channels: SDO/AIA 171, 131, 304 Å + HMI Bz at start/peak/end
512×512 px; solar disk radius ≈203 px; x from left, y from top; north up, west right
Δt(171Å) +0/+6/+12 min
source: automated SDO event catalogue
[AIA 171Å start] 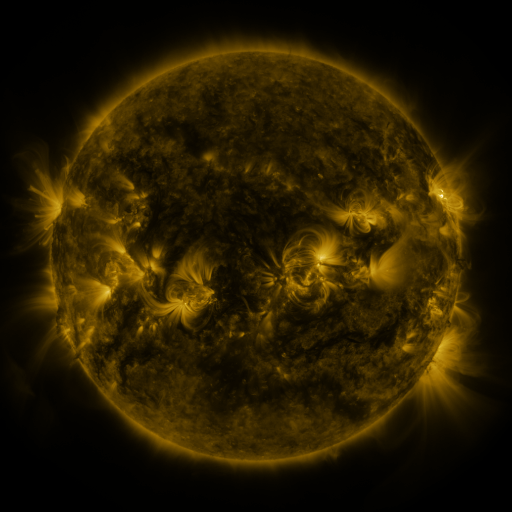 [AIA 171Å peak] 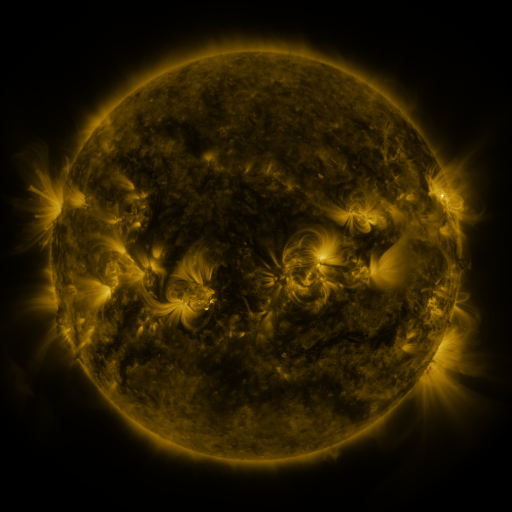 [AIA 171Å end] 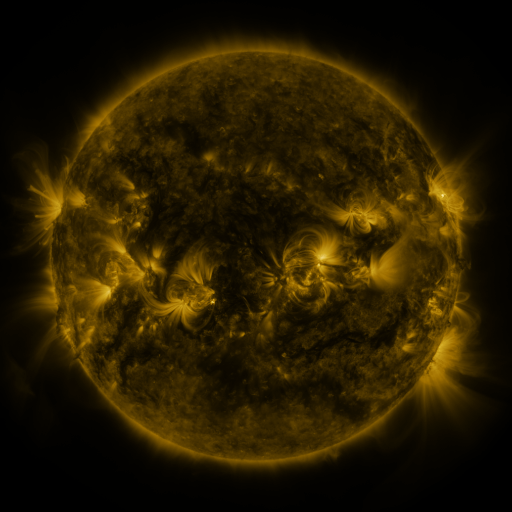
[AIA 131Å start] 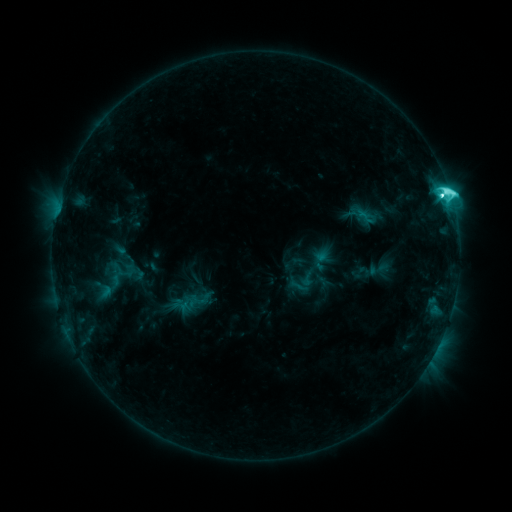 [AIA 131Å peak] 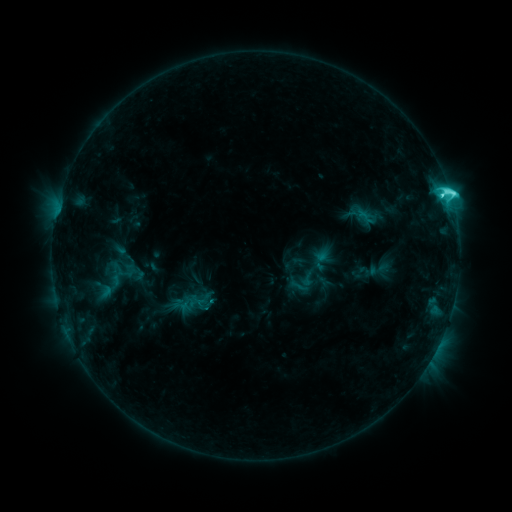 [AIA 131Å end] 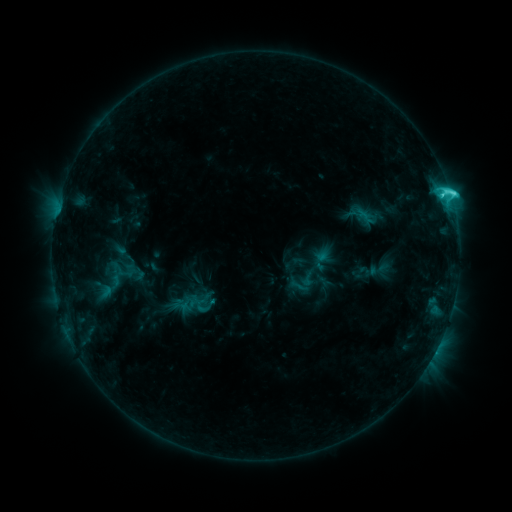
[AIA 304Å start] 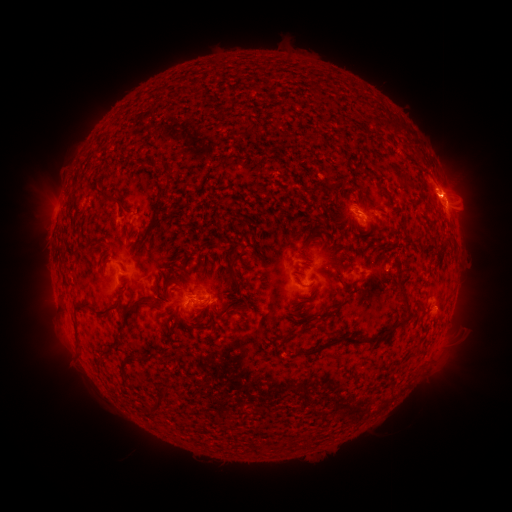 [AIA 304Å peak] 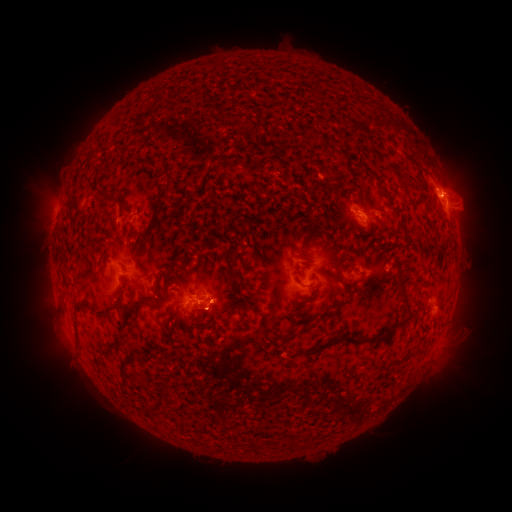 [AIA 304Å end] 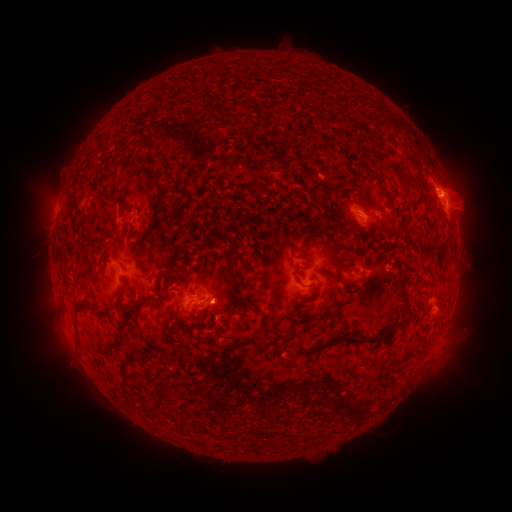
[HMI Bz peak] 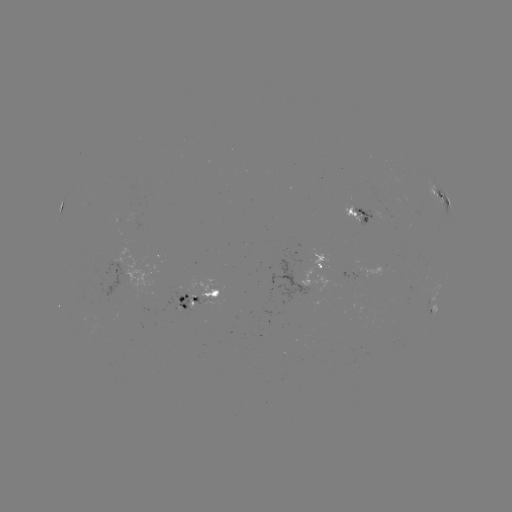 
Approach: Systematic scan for eruption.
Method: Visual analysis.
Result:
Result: eruption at (213, 361).